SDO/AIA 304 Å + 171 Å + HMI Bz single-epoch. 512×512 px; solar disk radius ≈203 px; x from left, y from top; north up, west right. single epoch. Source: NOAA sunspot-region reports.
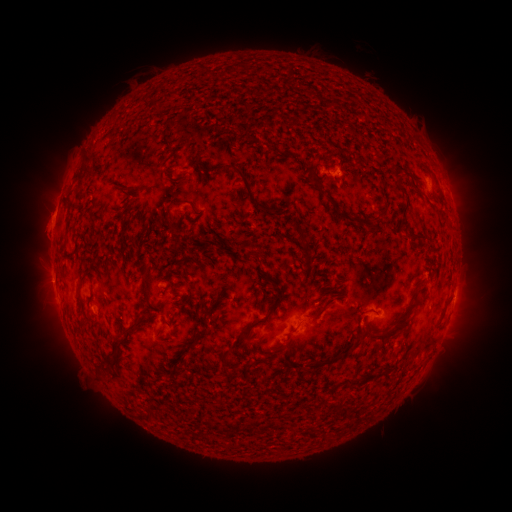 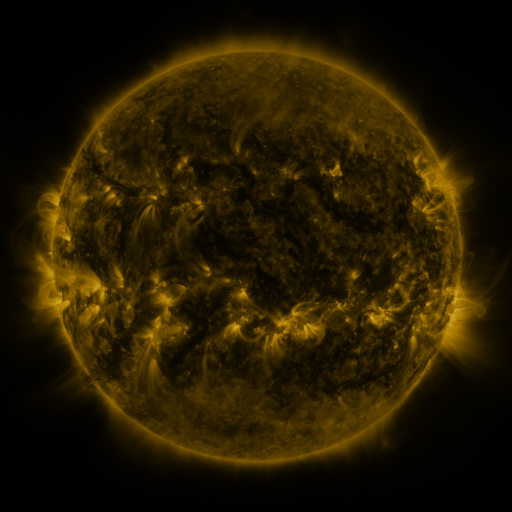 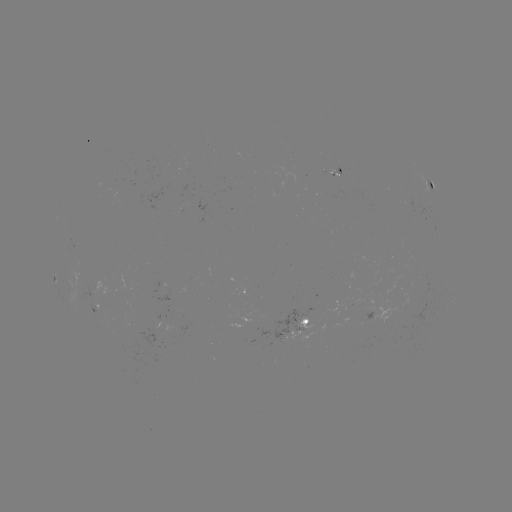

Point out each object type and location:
spotted active region: (434, 187)
spotted active region: (96, 313)
spotted active region: (307, 324)
